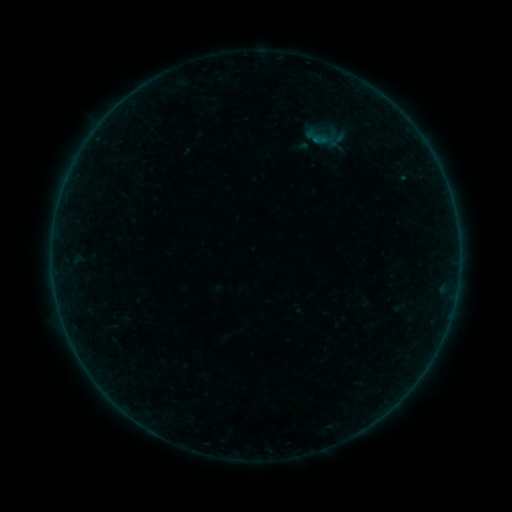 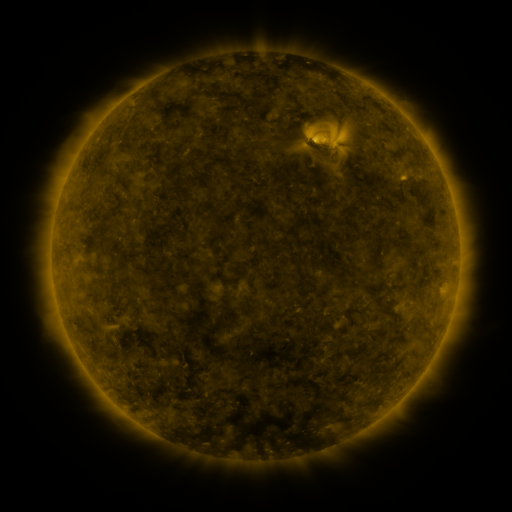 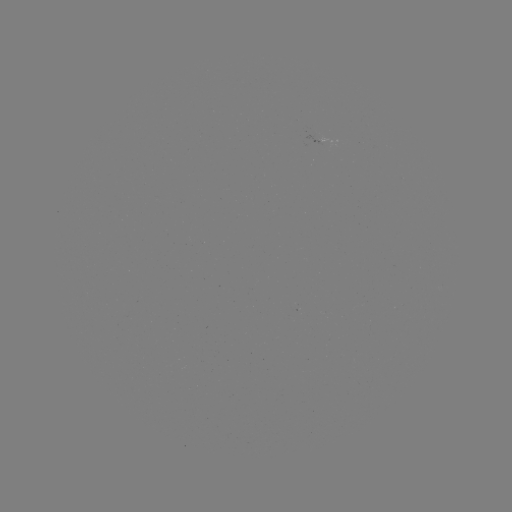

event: sigmoid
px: (336, 140)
